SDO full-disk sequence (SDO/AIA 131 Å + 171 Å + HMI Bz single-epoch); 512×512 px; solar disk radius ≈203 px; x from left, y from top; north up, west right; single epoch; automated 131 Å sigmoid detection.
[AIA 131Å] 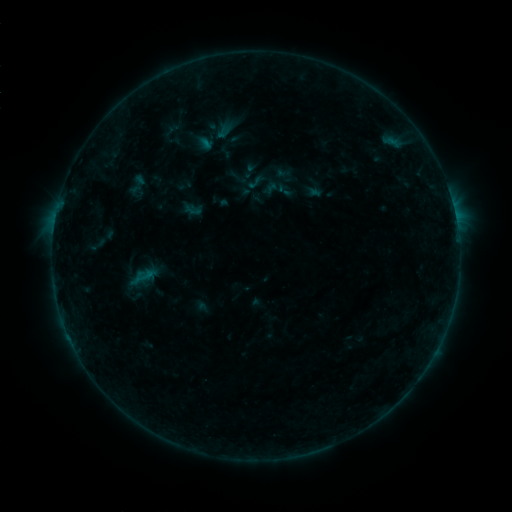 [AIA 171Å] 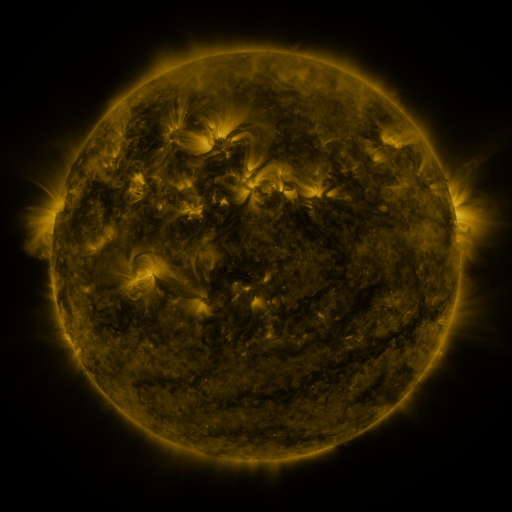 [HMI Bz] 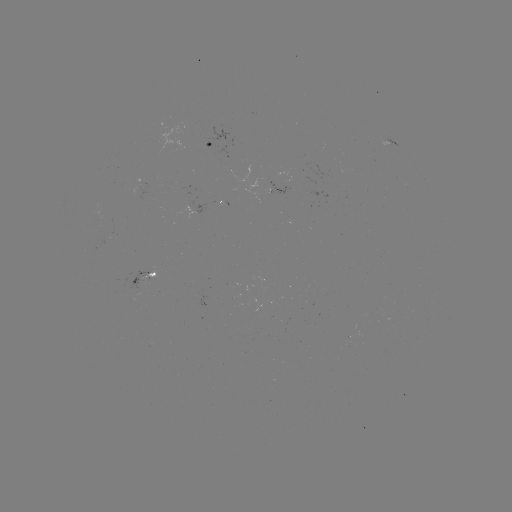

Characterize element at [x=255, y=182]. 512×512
sigmoid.